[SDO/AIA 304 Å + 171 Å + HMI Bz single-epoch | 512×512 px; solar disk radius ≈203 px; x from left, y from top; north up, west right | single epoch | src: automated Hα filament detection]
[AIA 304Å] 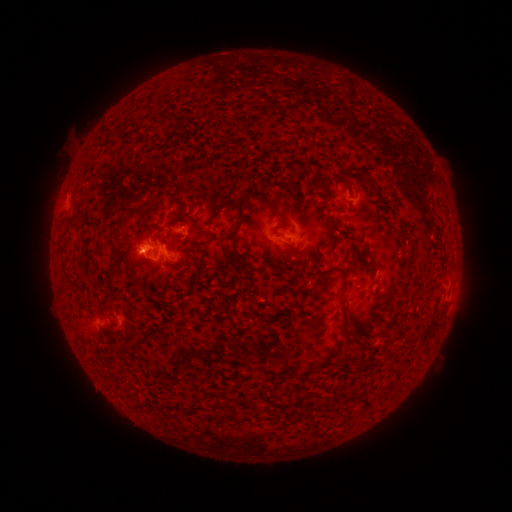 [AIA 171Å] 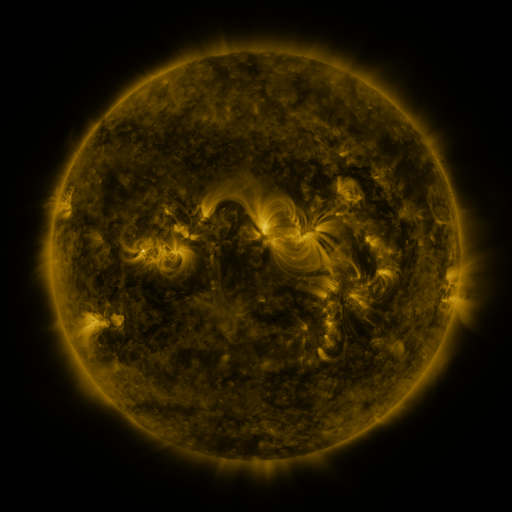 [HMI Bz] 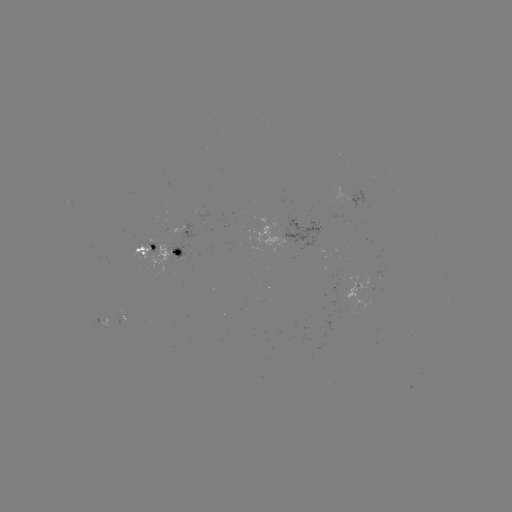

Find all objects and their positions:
filament: (114, 134)
filament: (362, 175)
filament: (321, 184)
filament: (339, 207)
filament: (240, 209)
filament: (180, 213)
filament: (135, 215)
filament: (236, 247)
filament: (342, 273)
filament: (110, 284)
filament: (345, 307)
filament: (141, 342)
